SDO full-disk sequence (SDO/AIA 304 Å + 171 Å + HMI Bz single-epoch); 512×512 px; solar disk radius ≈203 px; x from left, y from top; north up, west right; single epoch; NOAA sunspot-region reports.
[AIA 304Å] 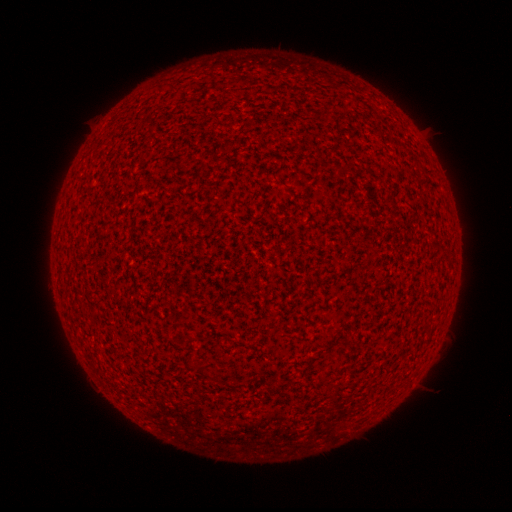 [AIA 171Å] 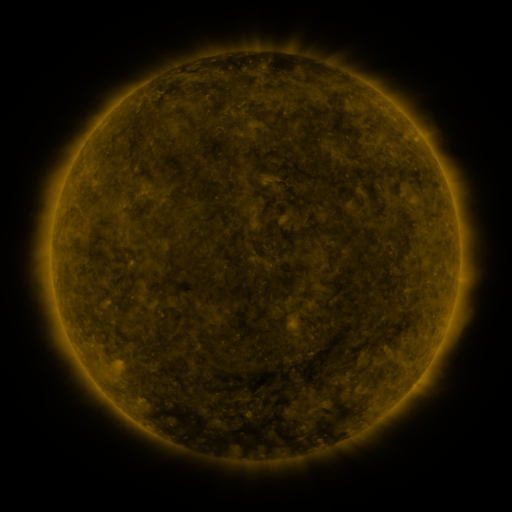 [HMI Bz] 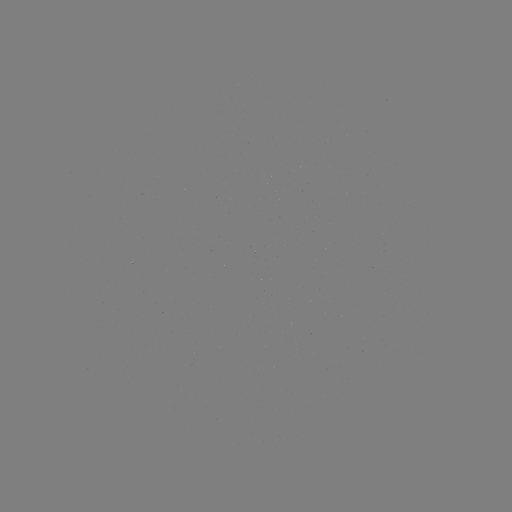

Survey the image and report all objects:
(none)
